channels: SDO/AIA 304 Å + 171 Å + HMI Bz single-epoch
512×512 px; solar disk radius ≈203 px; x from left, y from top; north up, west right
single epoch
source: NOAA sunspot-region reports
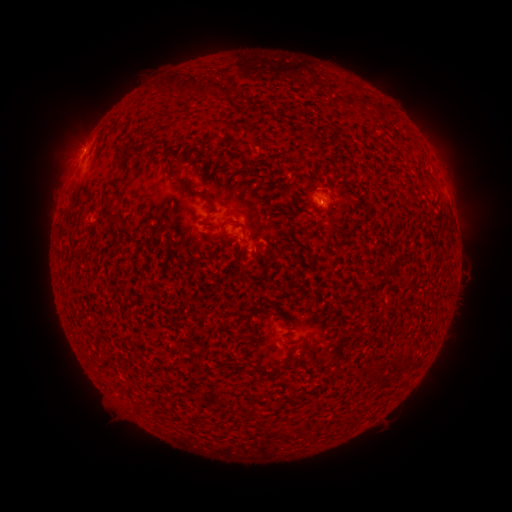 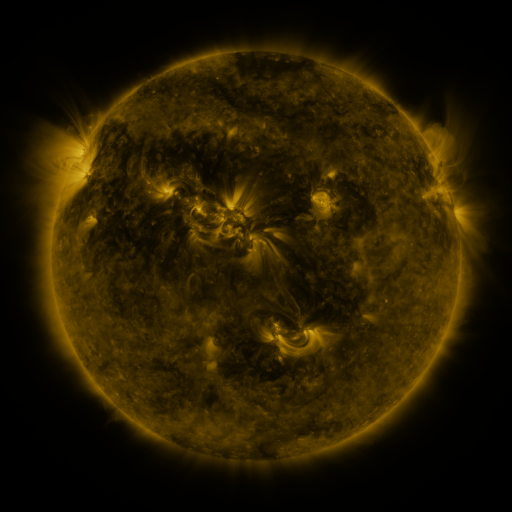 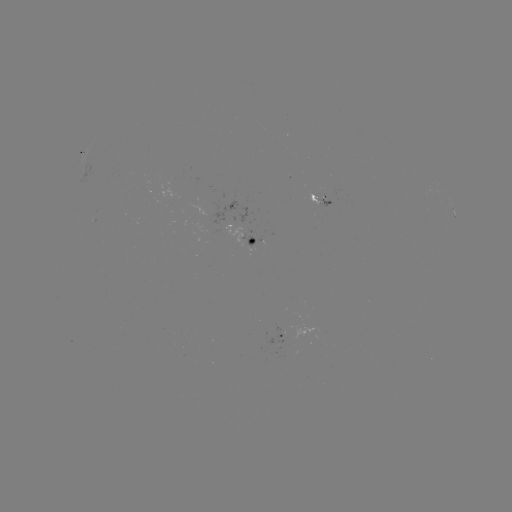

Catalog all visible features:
spotted active region: (320, 199)
spotted active region: (454, 215)
spotted active region: (248, 243)
spotted active region: (276, 340)
